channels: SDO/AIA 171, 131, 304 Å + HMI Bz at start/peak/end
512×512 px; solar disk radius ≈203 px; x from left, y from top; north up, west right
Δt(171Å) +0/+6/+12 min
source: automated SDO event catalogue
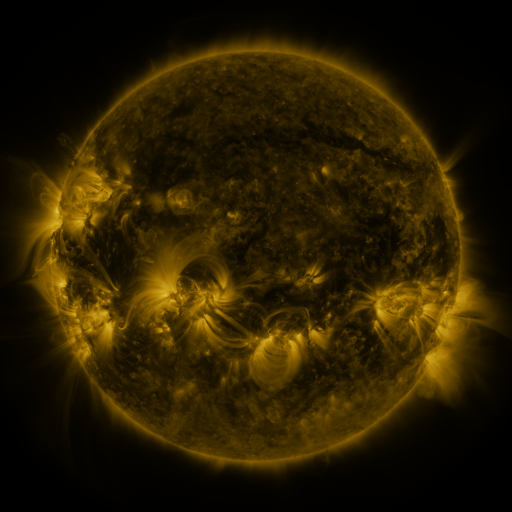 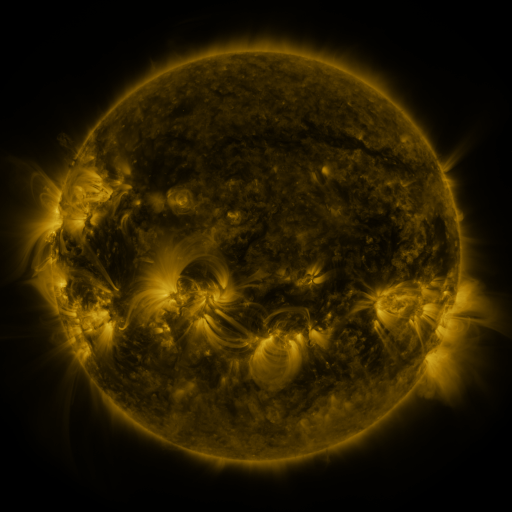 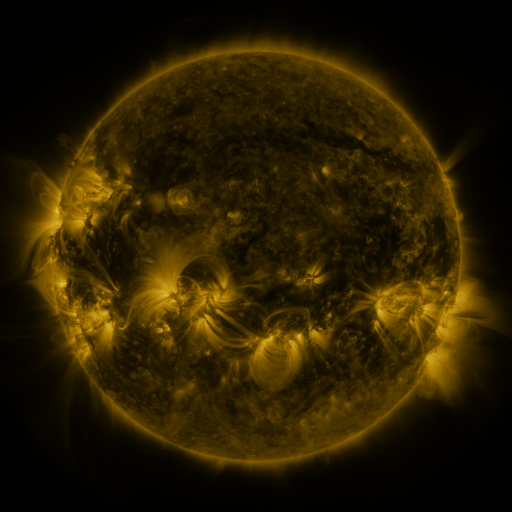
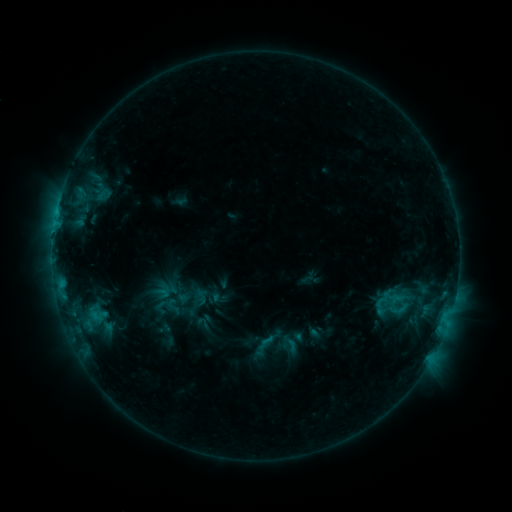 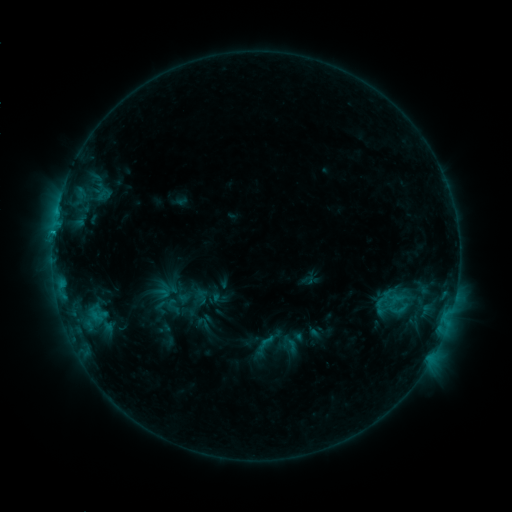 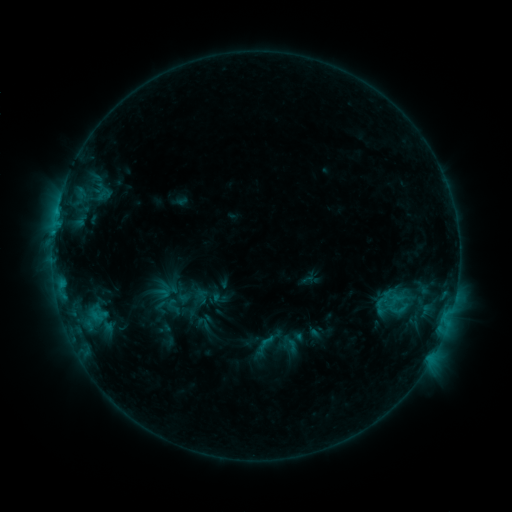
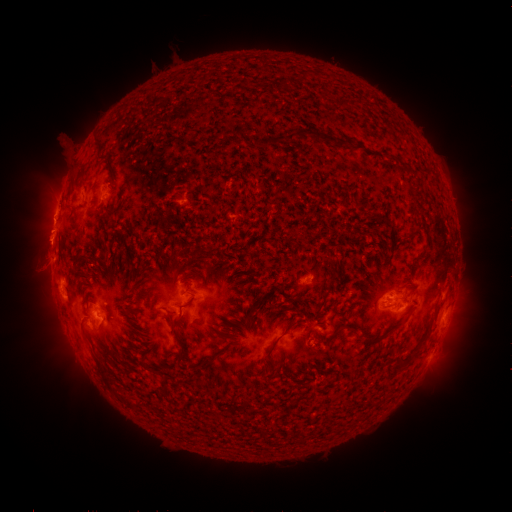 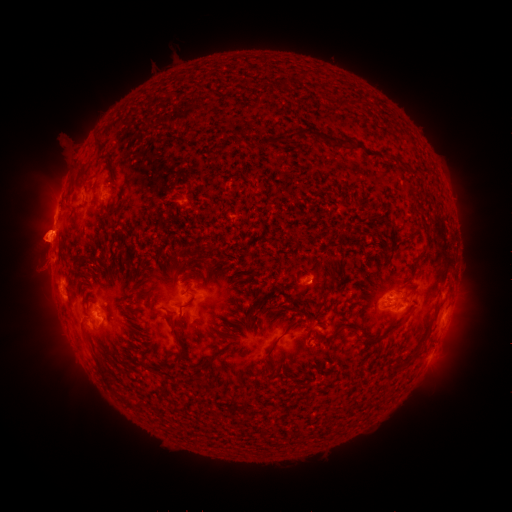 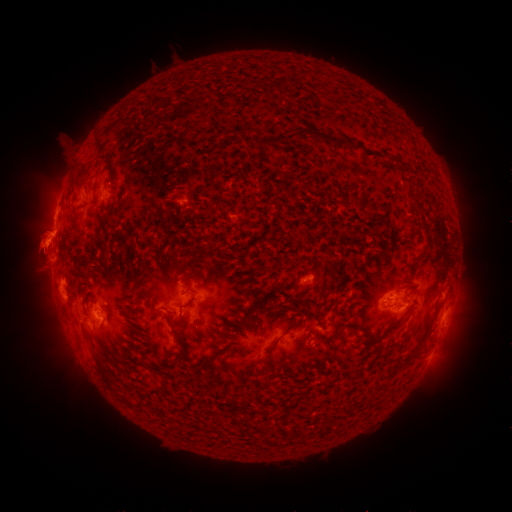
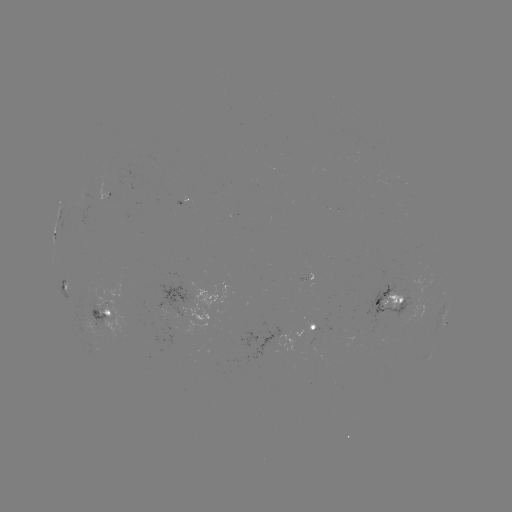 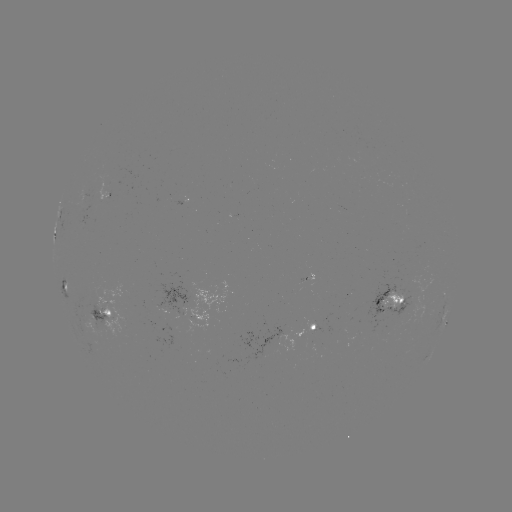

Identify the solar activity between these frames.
eruption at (37, 288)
